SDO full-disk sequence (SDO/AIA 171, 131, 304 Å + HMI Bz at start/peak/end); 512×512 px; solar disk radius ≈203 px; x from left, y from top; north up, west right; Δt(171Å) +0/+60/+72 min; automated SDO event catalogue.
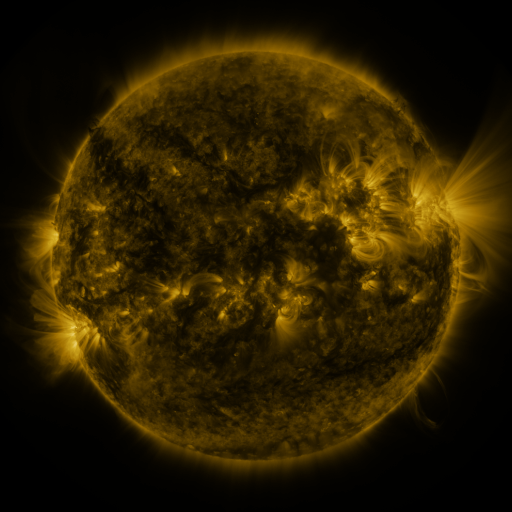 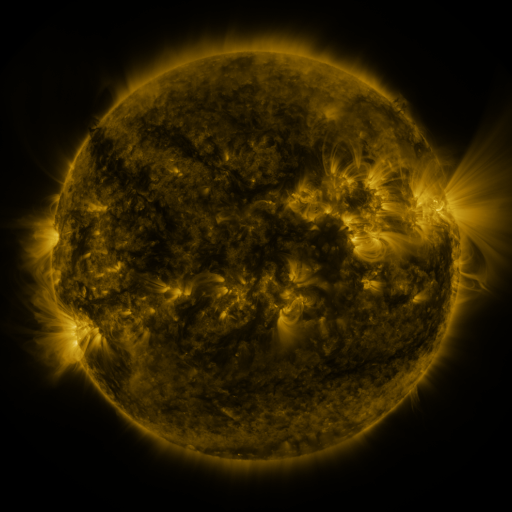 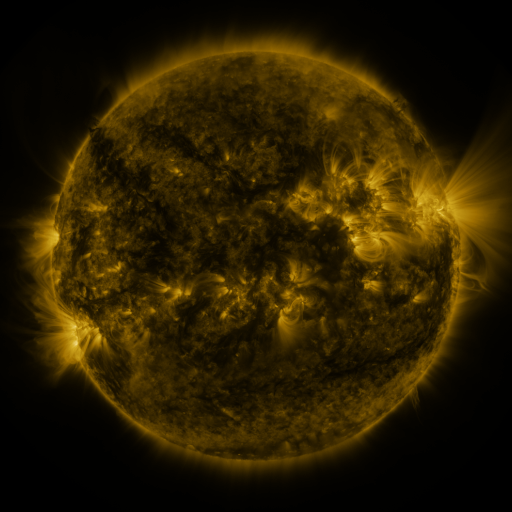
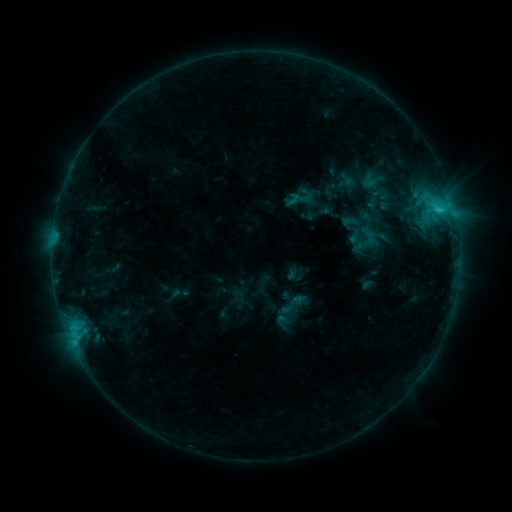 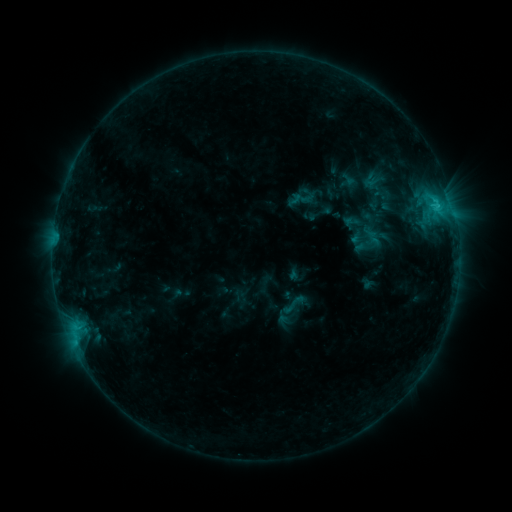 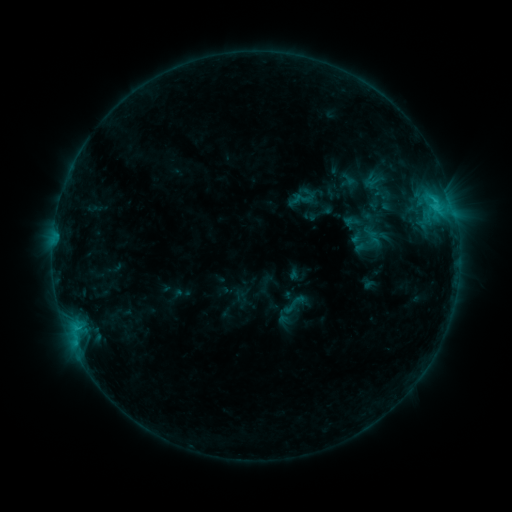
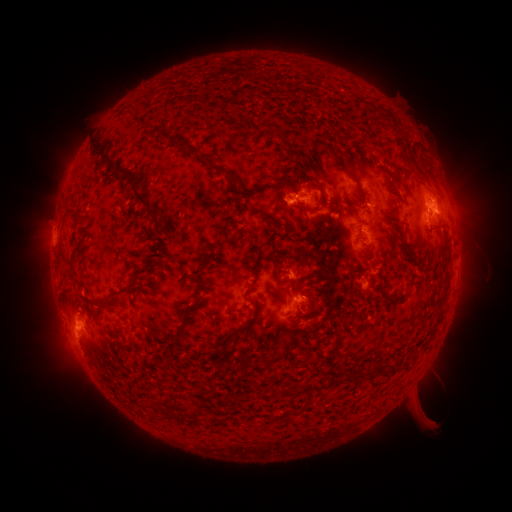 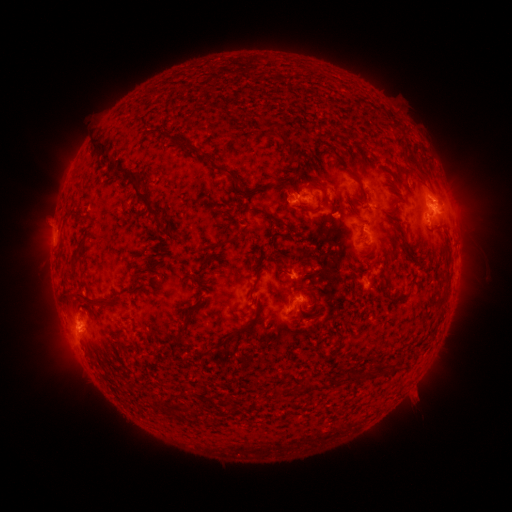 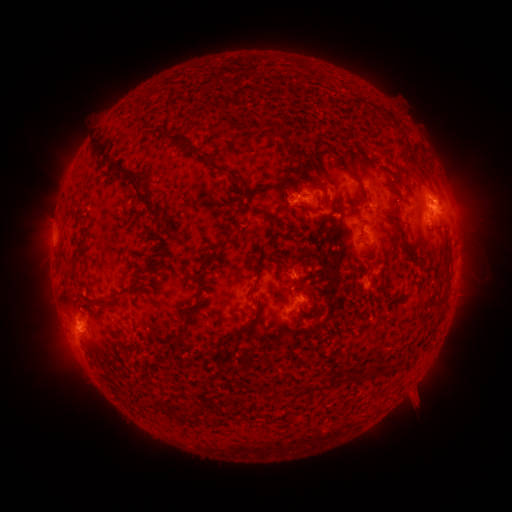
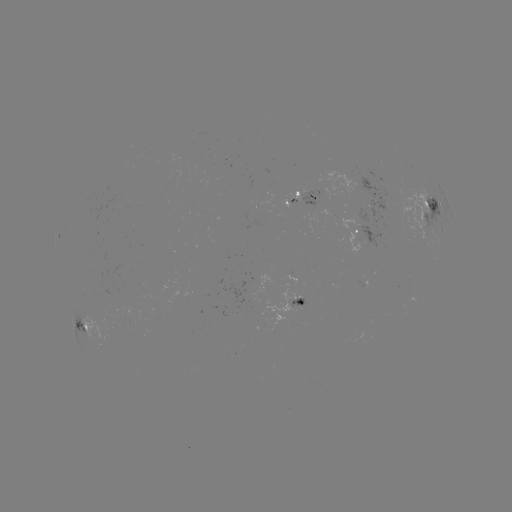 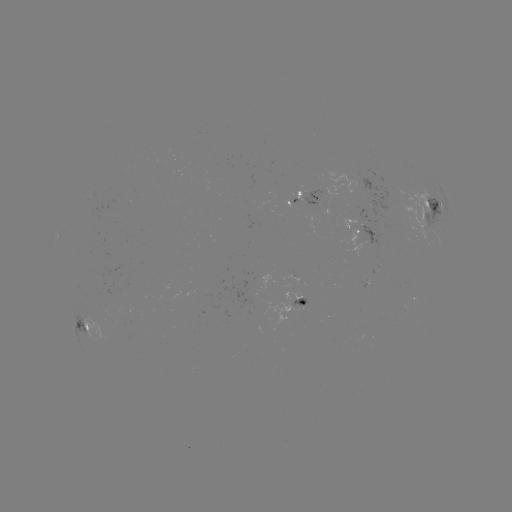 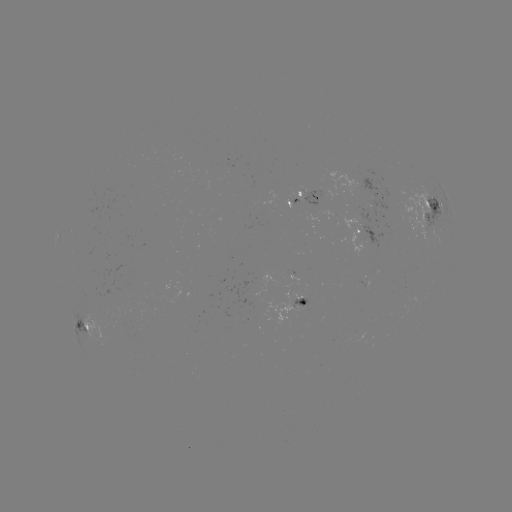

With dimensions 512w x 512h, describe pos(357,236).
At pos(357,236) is emerging-flux region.